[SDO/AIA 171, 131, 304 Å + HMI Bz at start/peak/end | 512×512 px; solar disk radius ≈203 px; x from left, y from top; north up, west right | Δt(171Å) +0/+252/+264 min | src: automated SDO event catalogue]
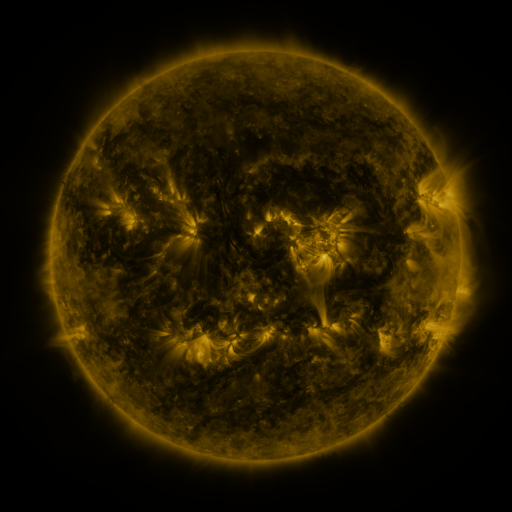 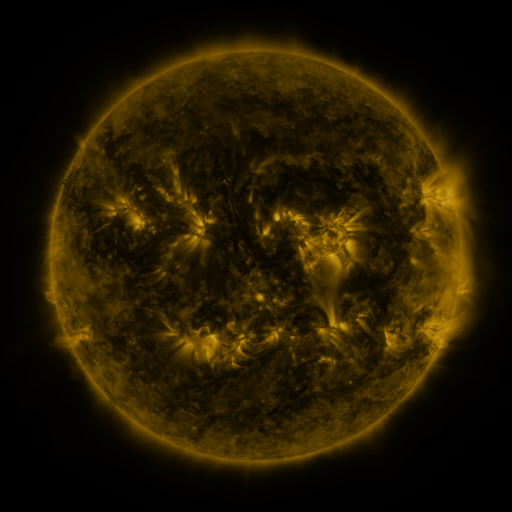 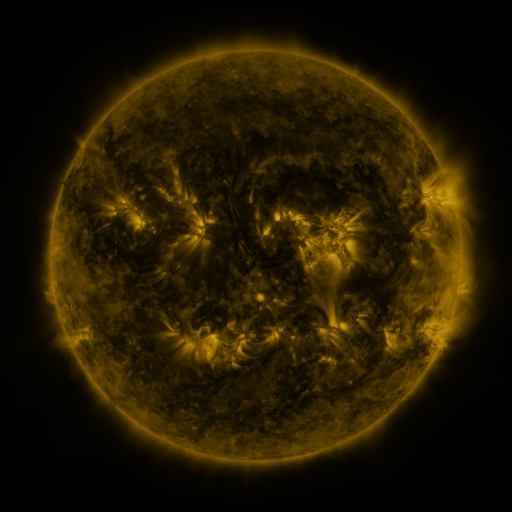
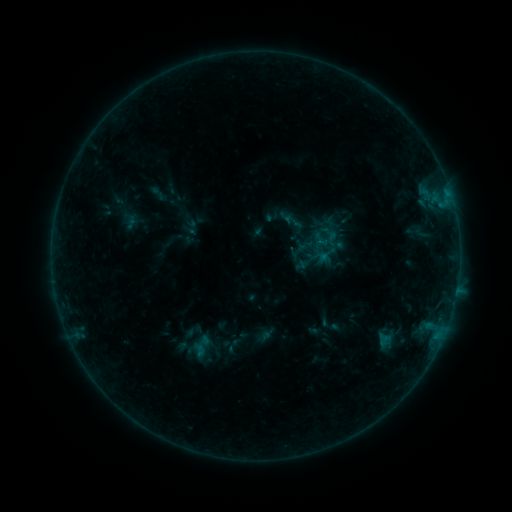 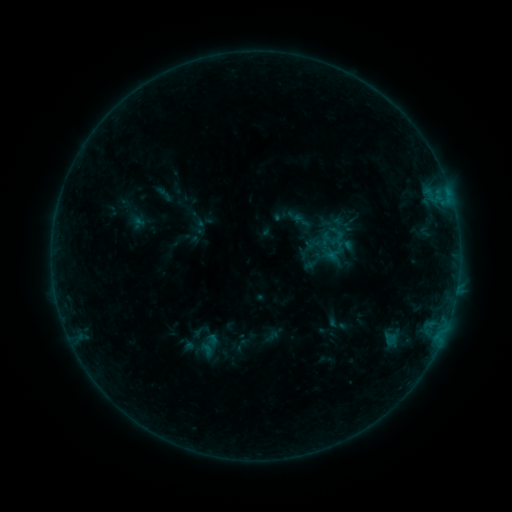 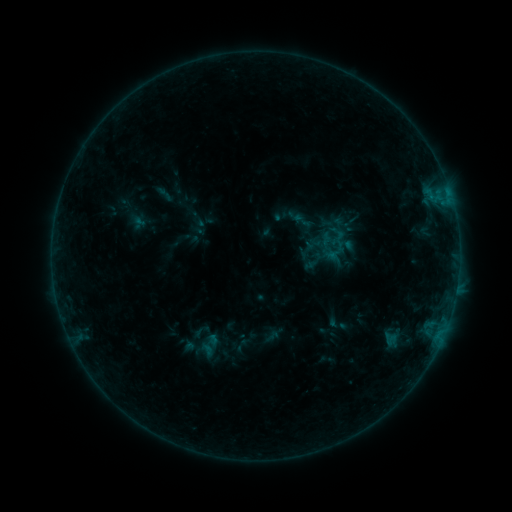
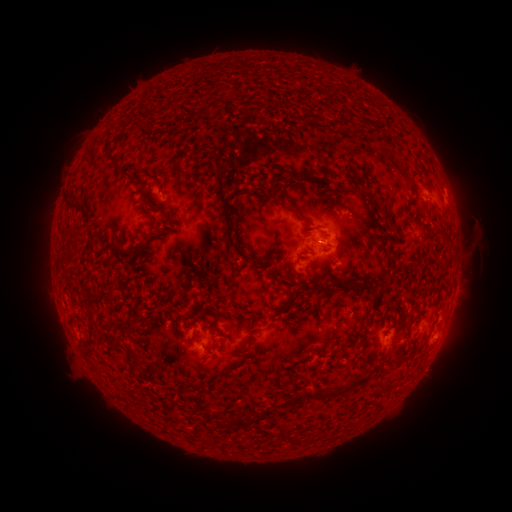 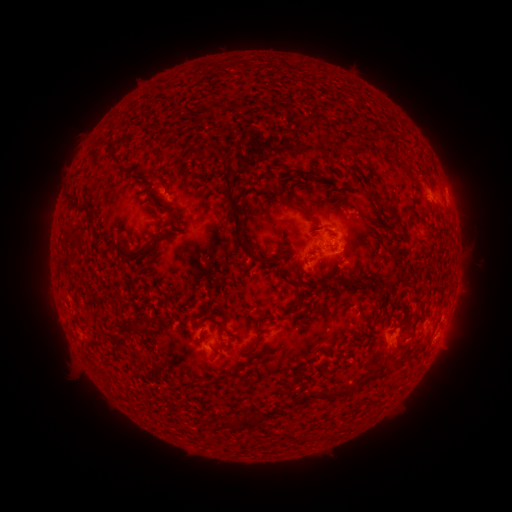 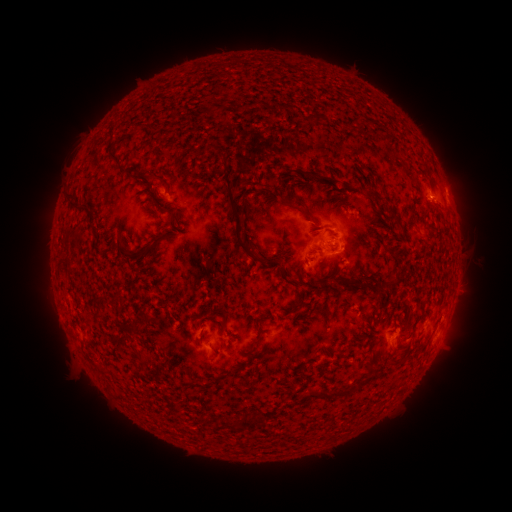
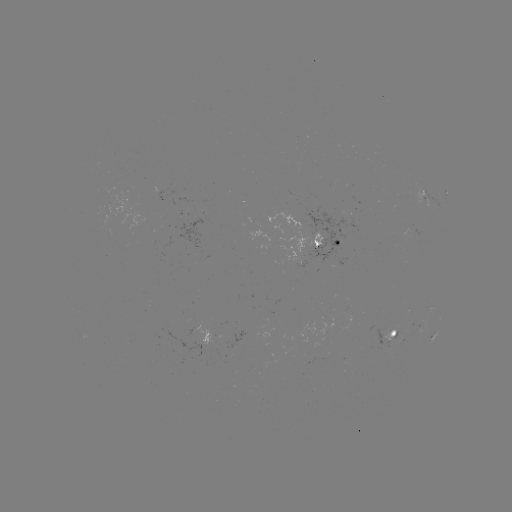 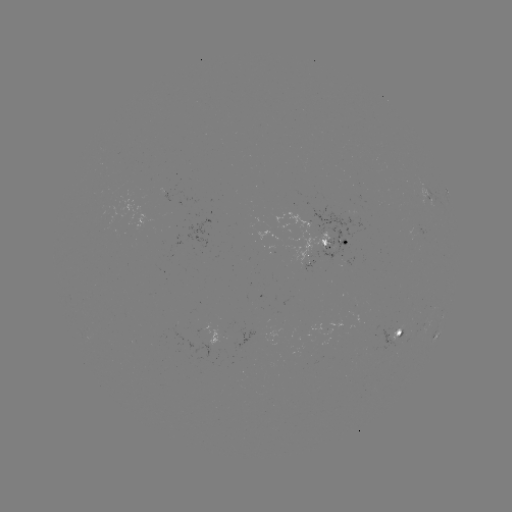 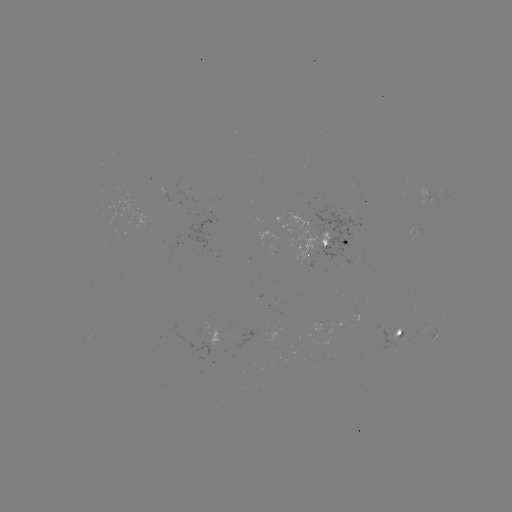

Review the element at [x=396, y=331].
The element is emerging-flux region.